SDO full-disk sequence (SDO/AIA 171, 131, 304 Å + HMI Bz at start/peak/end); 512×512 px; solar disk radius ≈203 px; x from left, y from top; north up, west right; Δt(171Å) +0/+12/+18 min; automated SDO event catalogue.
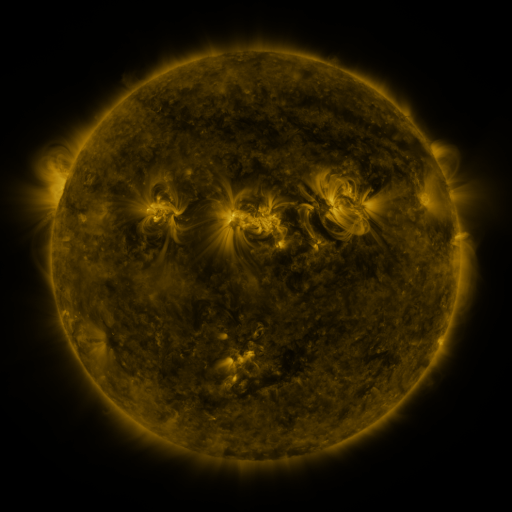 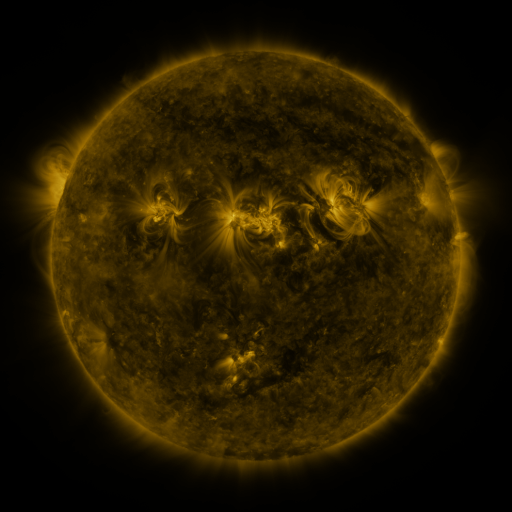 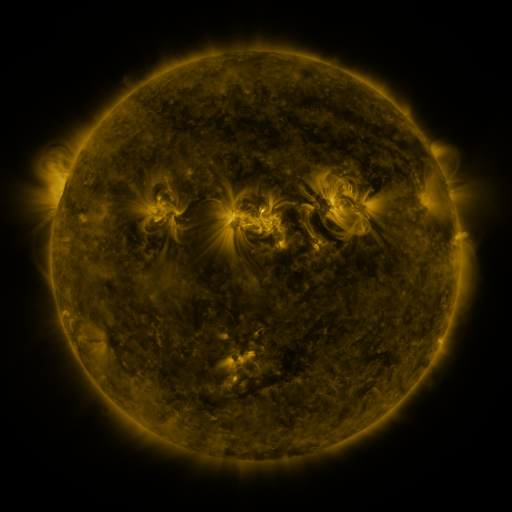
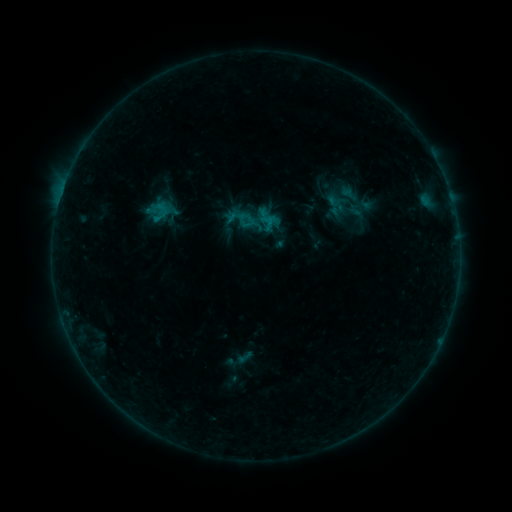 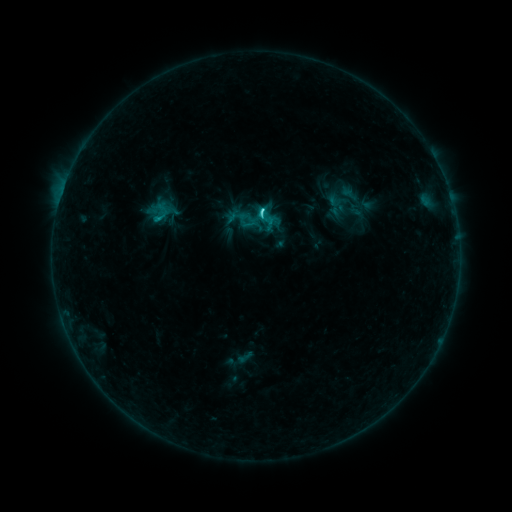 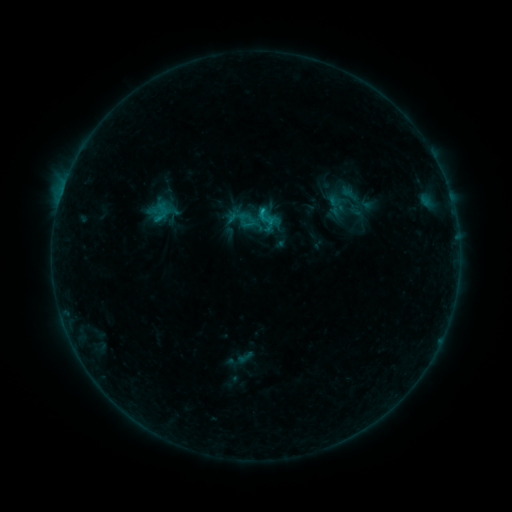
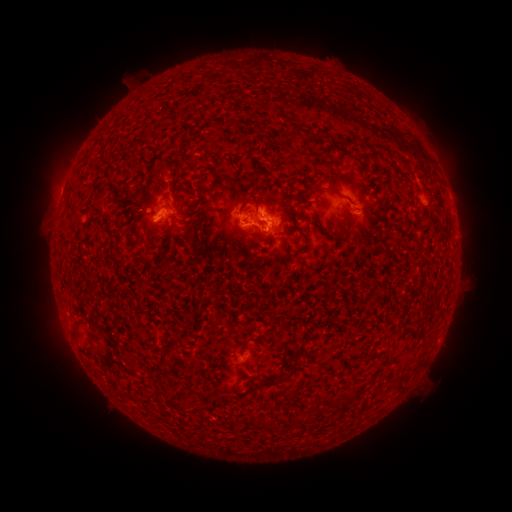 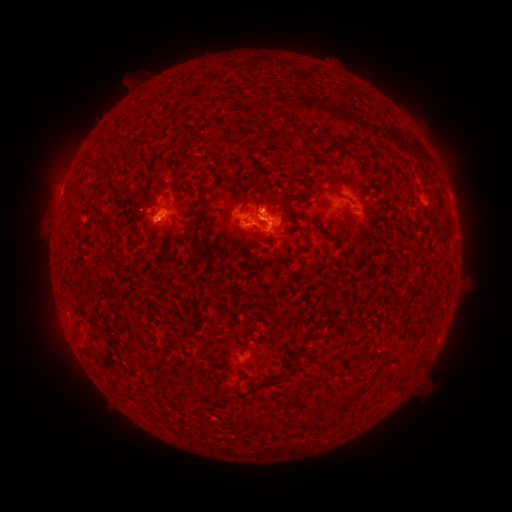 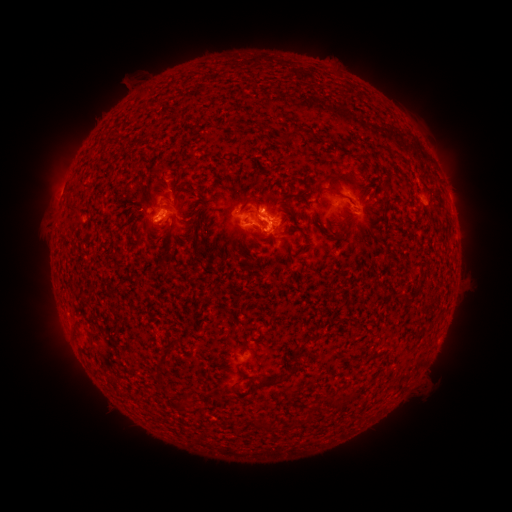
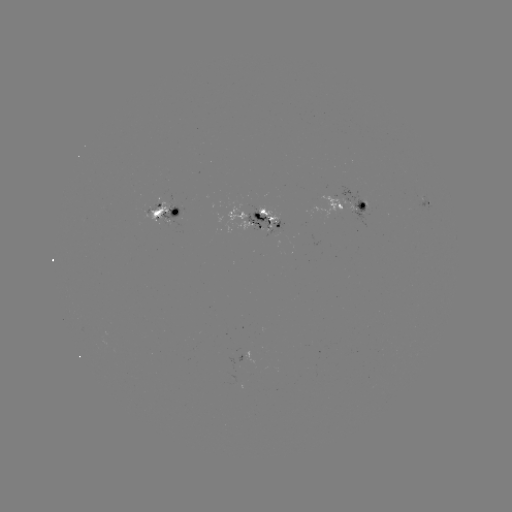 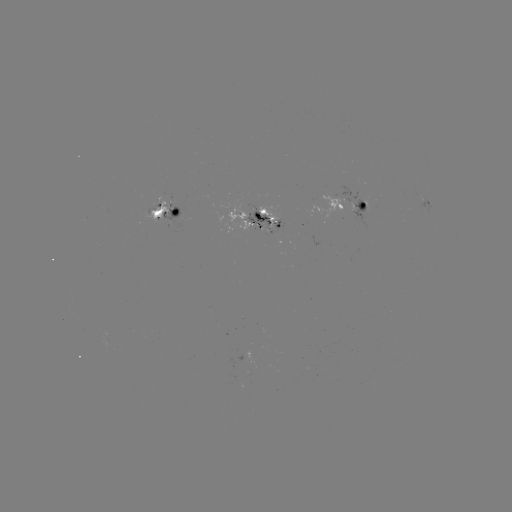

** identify C2.0 flare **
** [259, 212] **